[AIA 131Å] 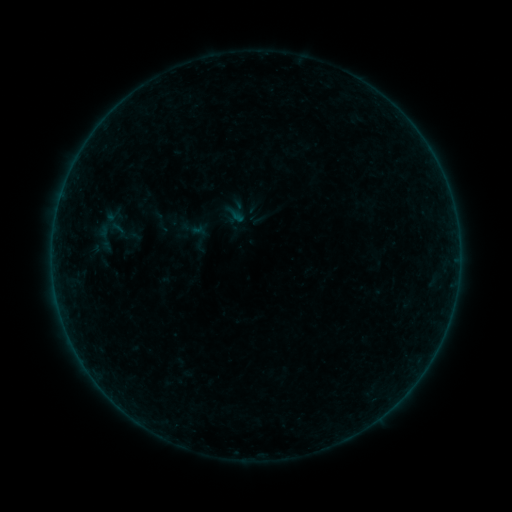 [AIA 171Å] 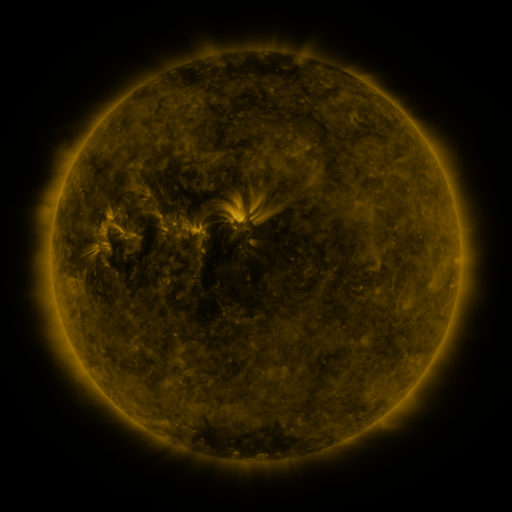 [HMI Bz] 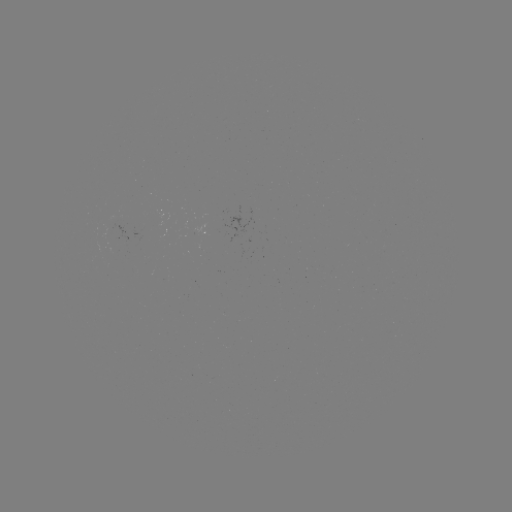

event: sigmoid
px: (109, 229)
